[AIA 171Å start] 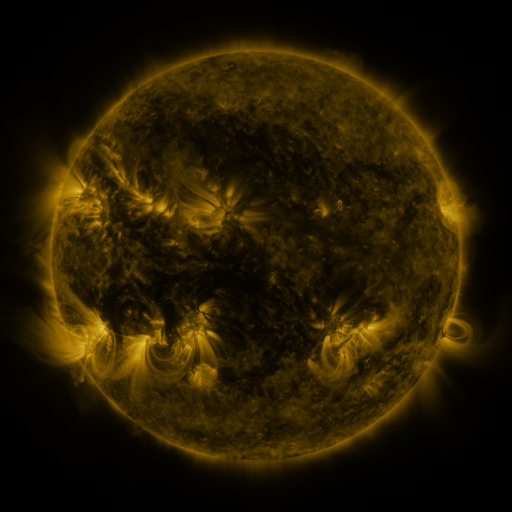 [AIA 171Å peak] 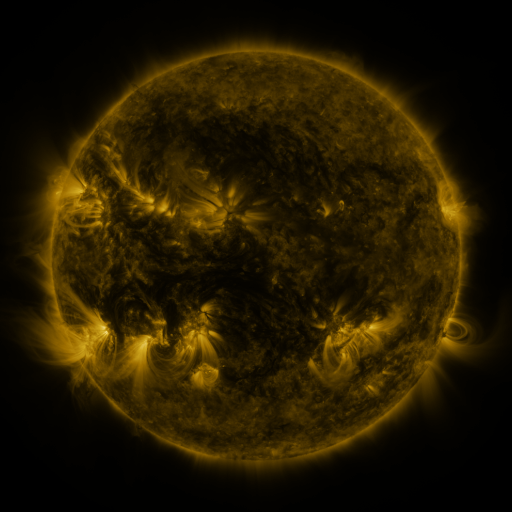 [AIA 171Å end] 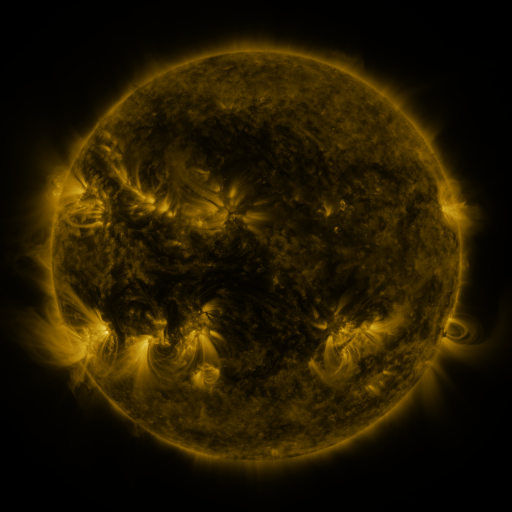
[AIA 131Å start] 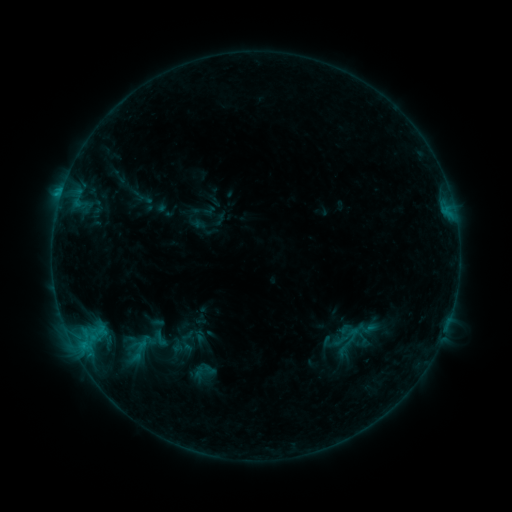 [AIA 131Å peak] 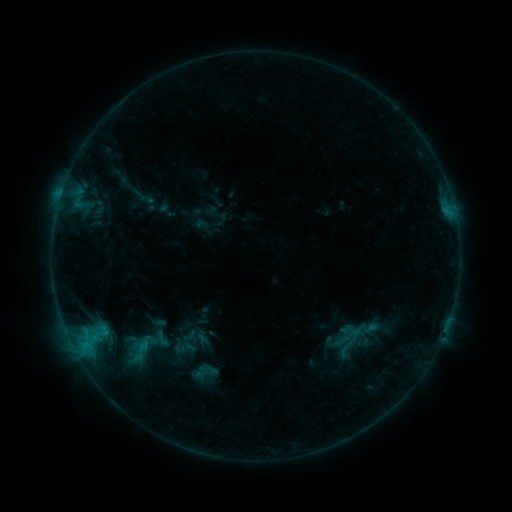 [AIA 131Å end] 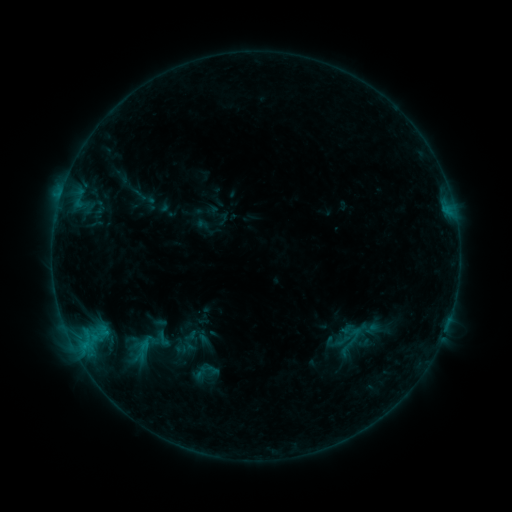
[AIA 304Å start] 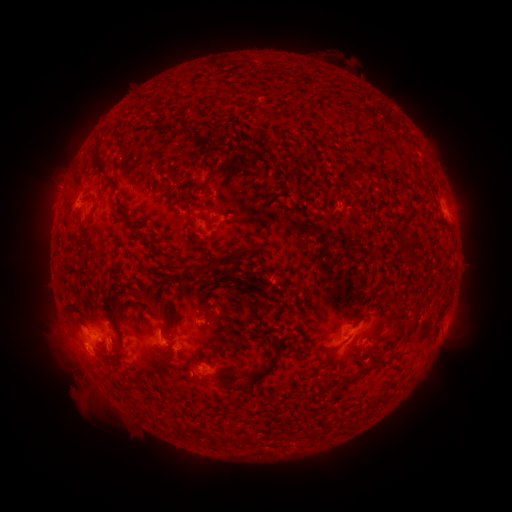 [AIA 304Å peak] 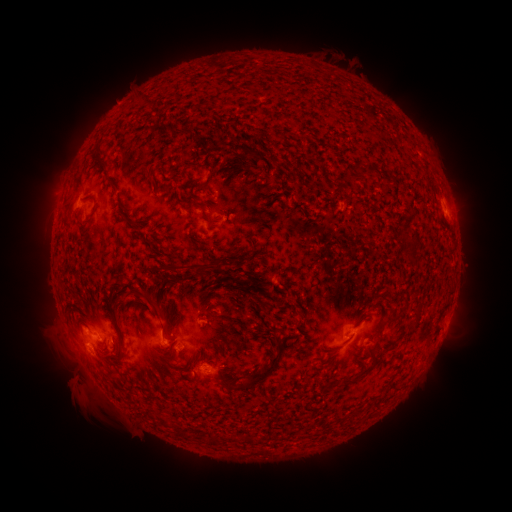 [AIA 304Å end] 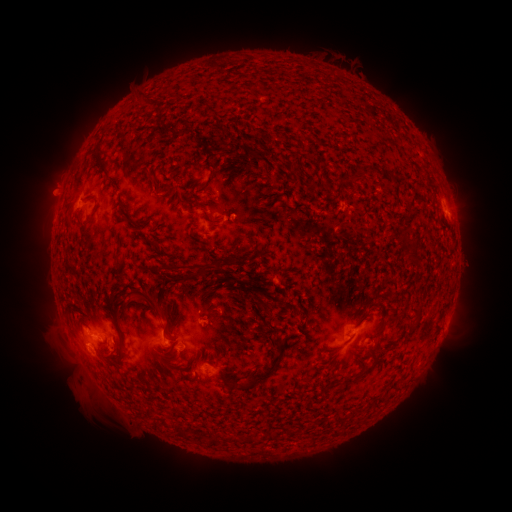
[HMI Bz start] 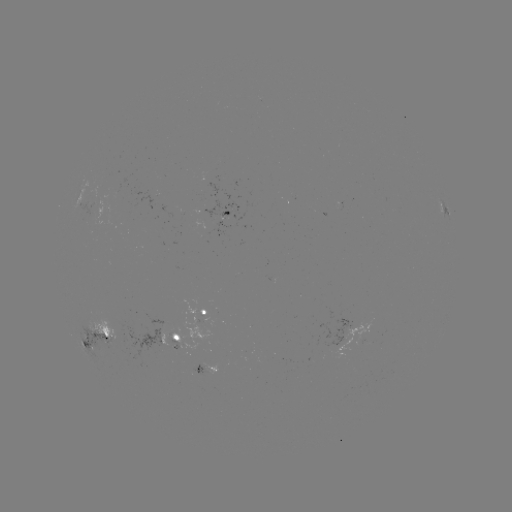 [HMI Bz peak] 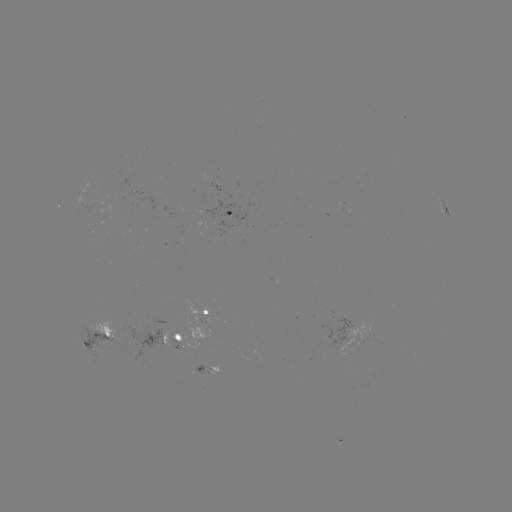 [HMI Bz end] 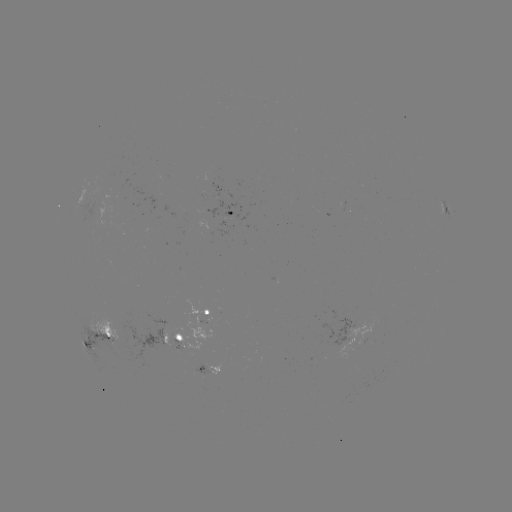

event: emerging-flux region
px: (161, 323)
